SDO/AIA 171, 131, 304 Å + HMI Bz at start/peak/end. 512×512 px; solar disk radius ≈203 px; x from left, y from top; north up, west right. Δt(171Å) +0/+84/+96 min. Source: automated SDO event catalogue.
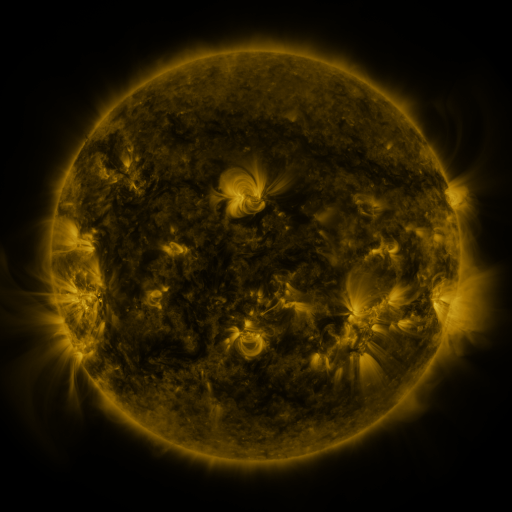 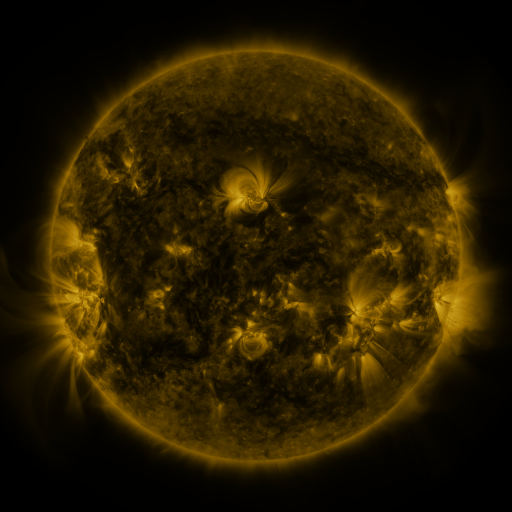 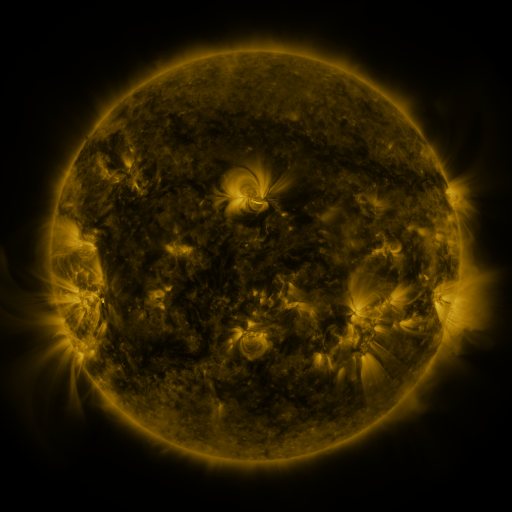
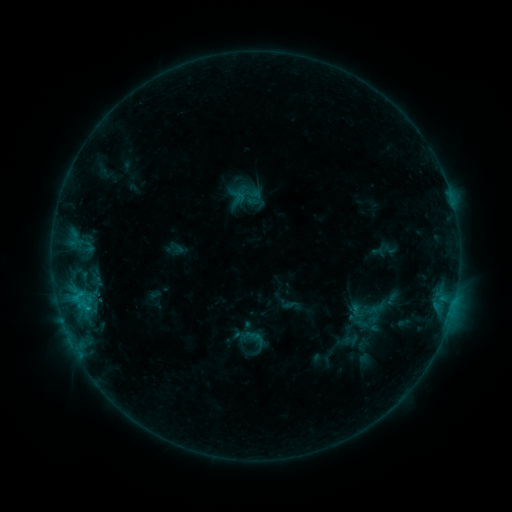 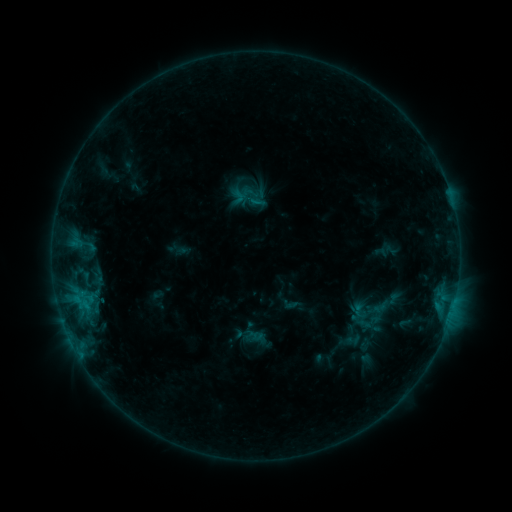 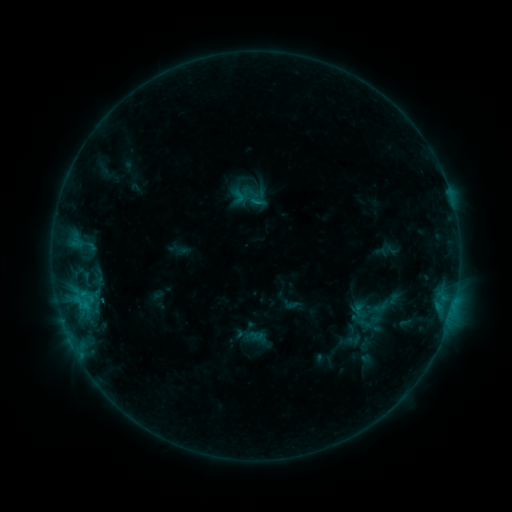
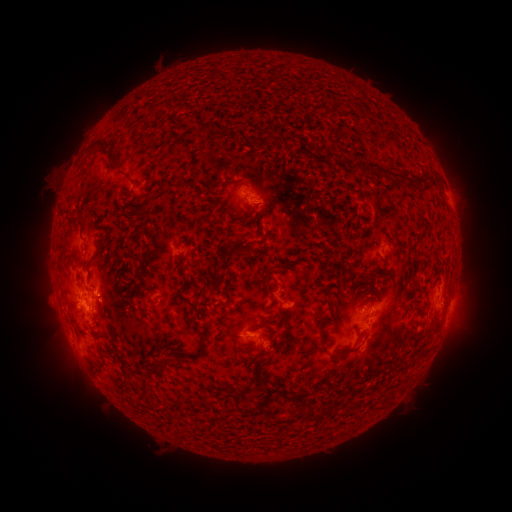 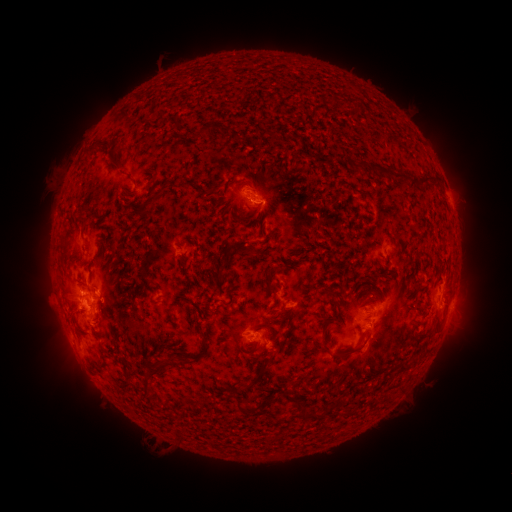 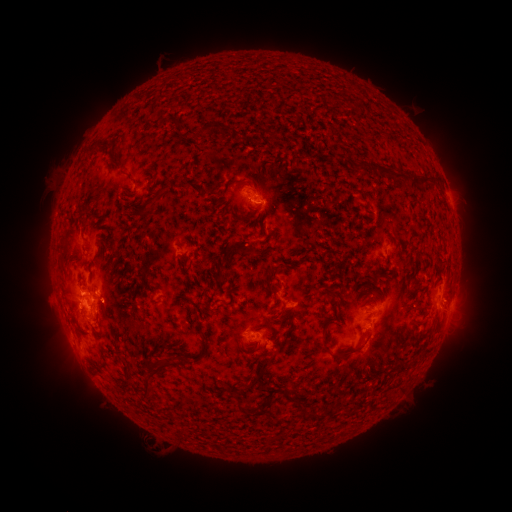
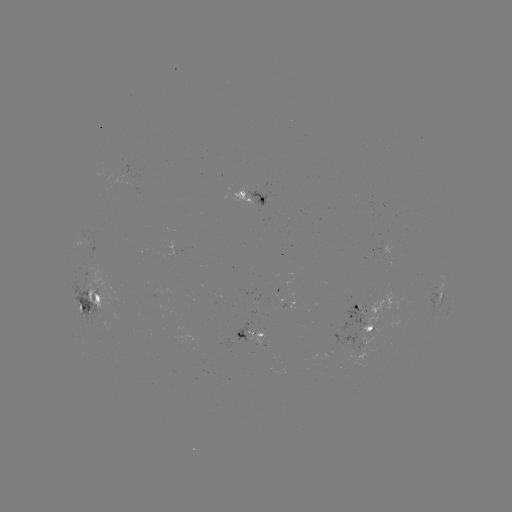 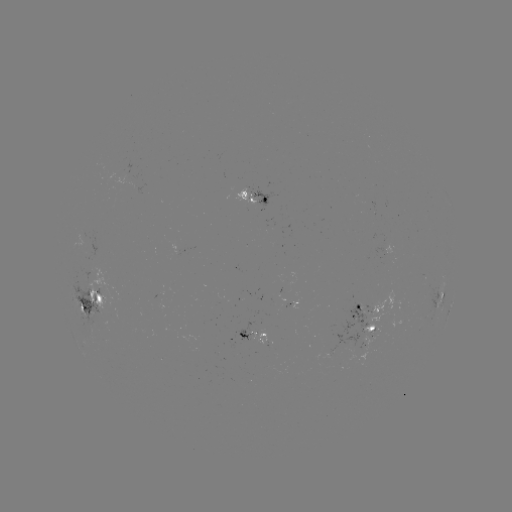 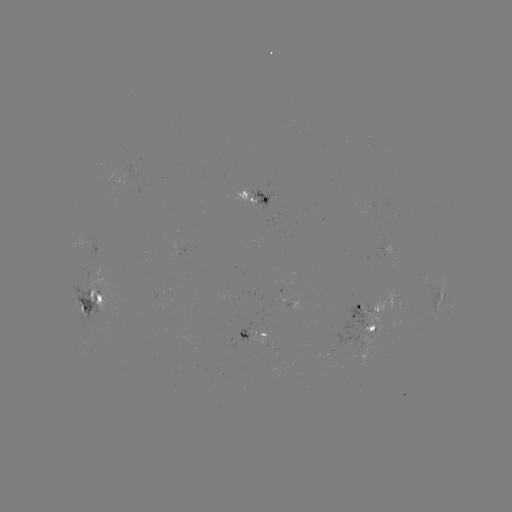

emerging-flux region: (79, 234, 85, 249)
